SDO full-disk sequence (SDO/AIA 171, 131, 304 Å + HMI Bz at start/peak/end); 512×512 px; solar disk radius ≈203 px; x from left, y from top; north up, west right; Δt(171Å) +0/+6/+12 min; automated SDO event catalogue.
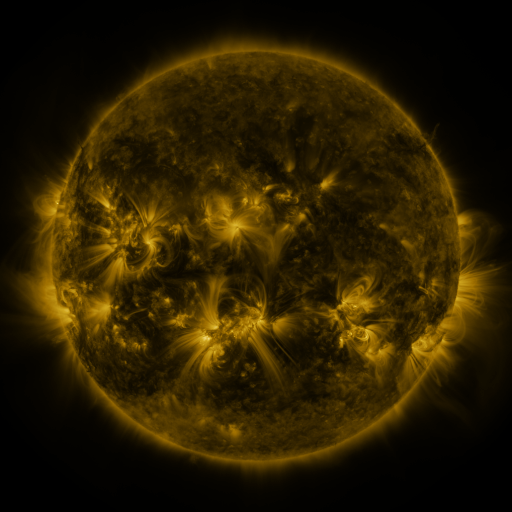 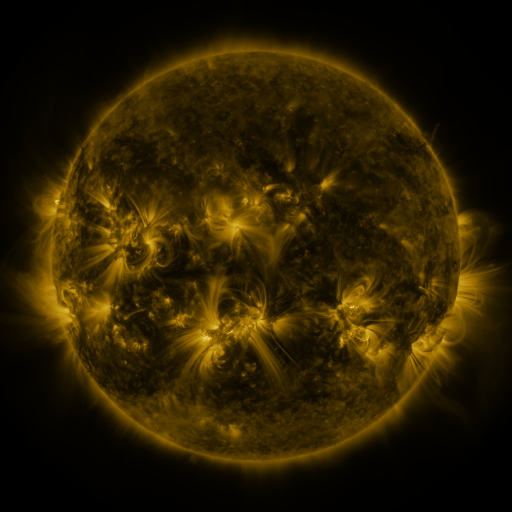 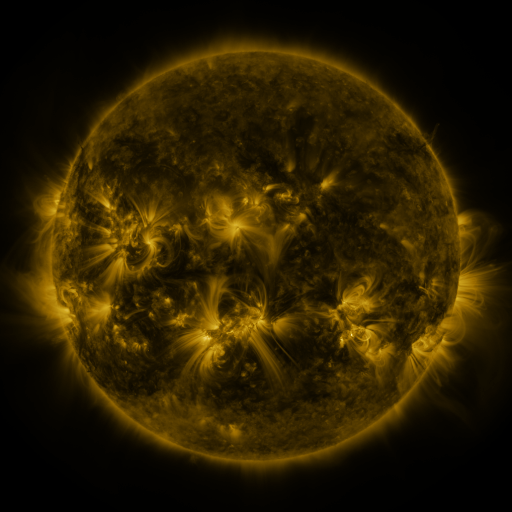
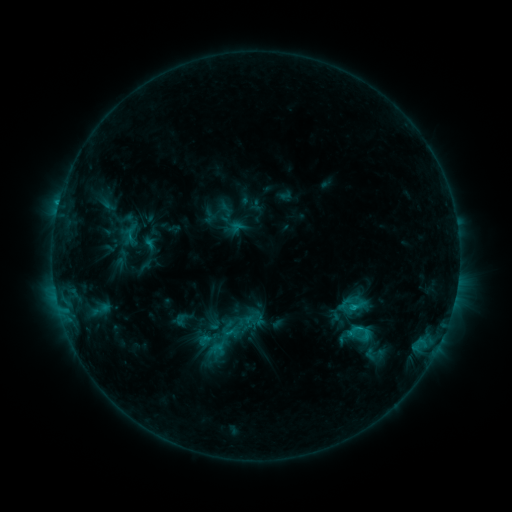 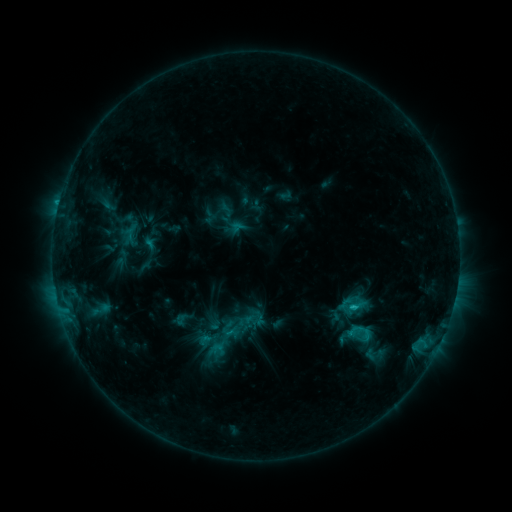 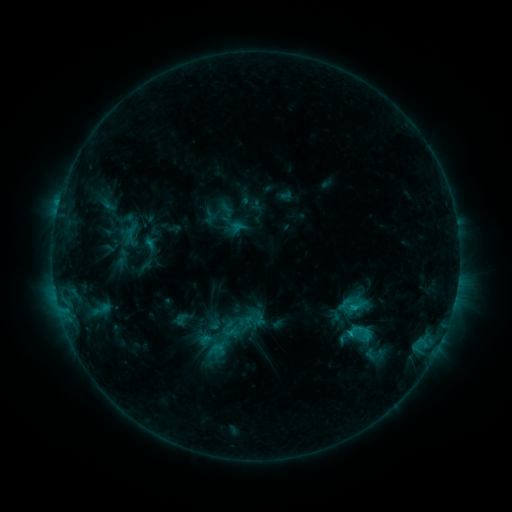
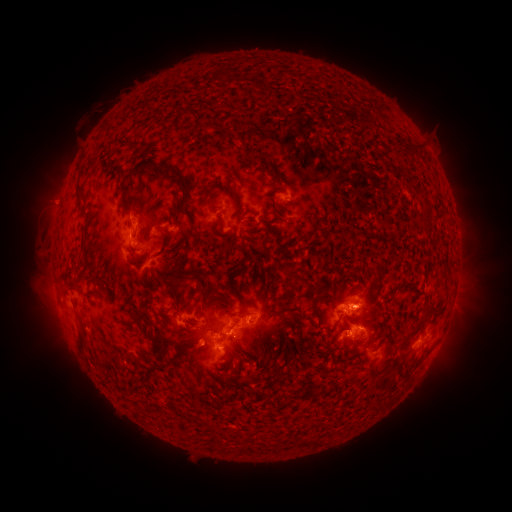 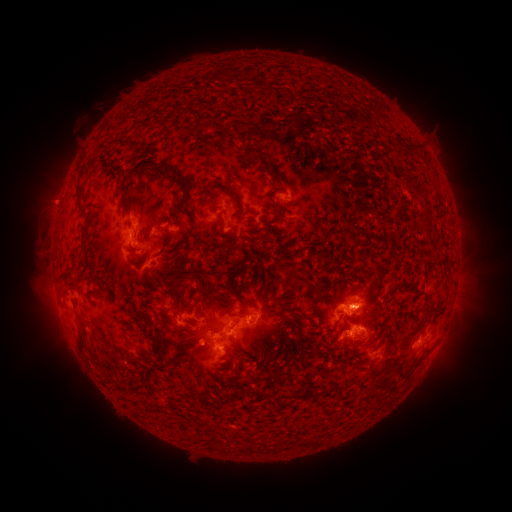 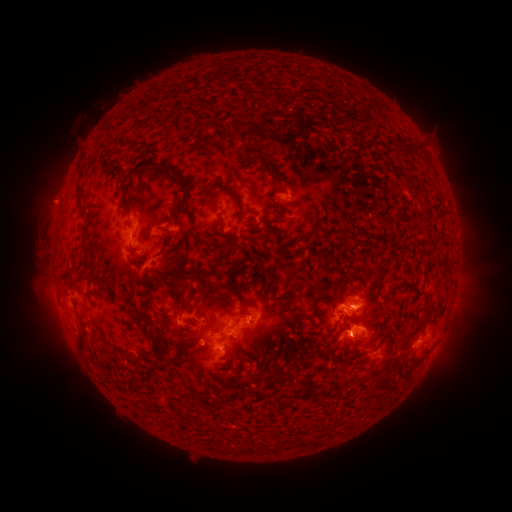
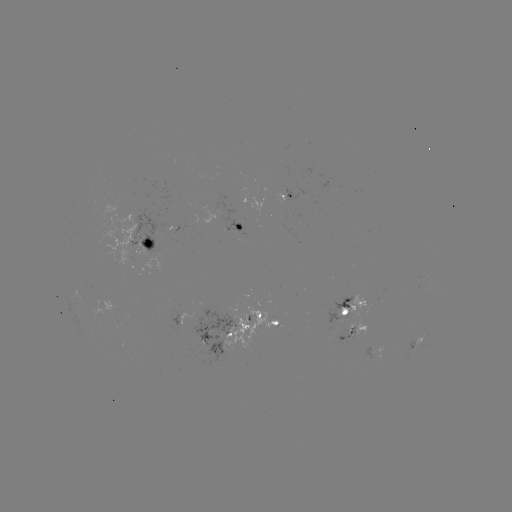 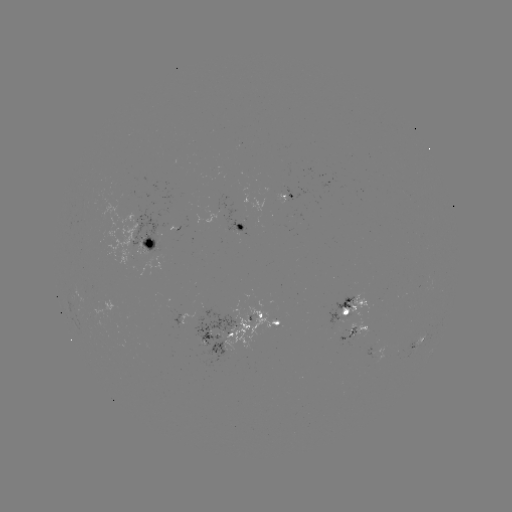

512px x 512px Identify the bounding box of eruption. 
[410, 309, 471, 384].